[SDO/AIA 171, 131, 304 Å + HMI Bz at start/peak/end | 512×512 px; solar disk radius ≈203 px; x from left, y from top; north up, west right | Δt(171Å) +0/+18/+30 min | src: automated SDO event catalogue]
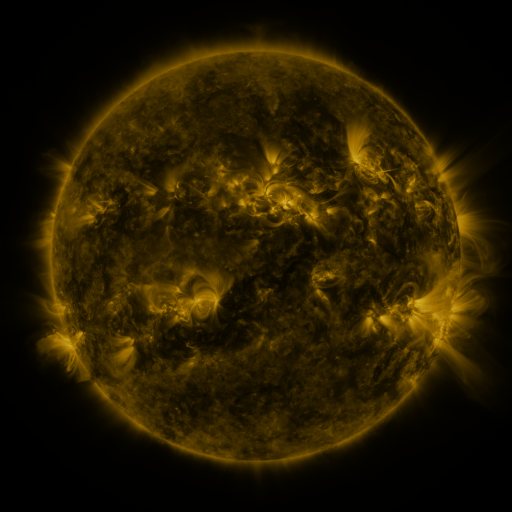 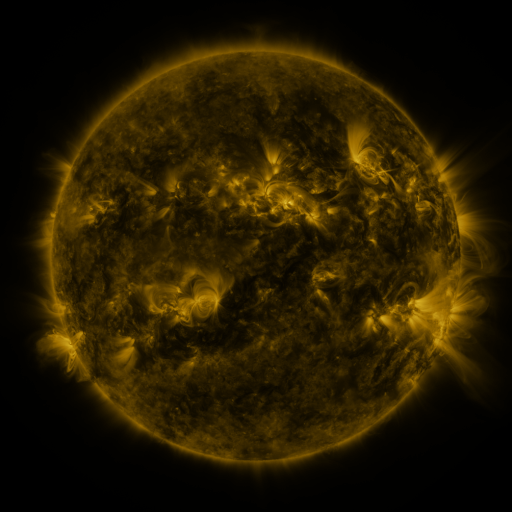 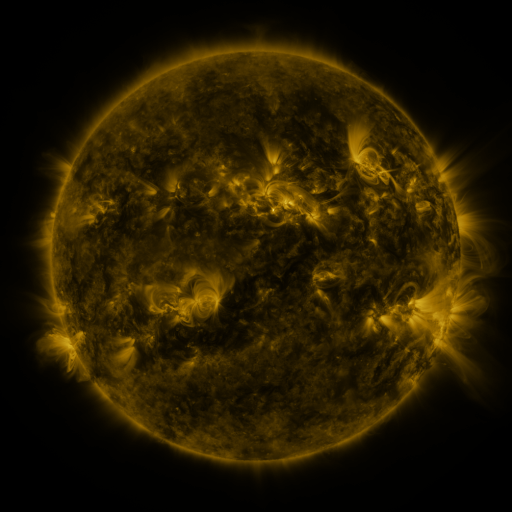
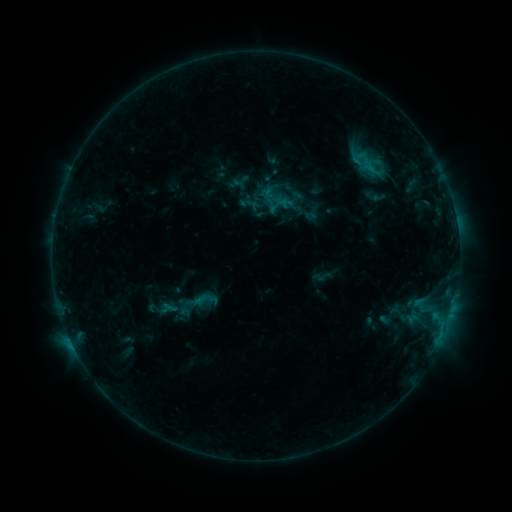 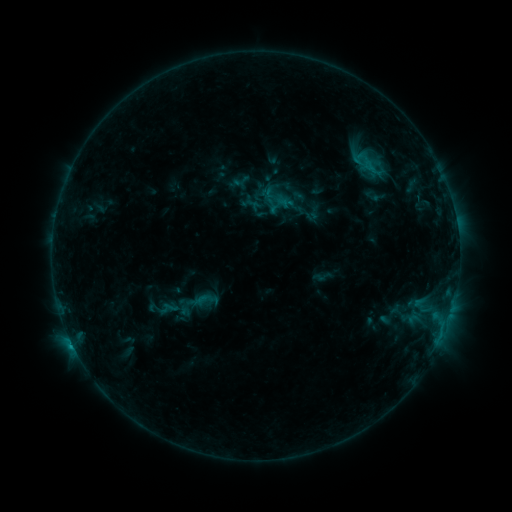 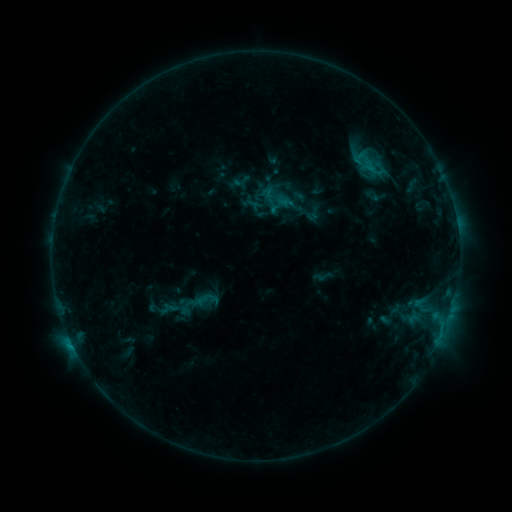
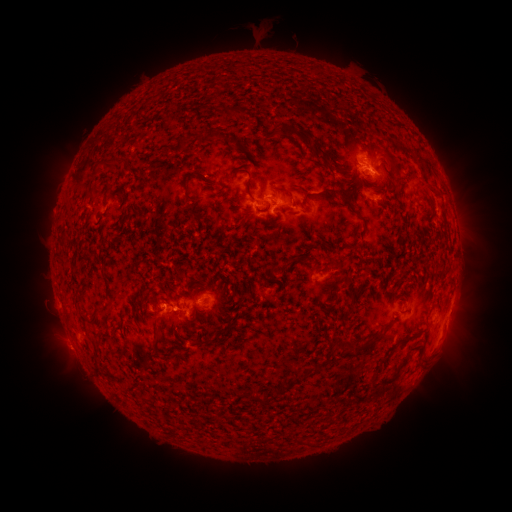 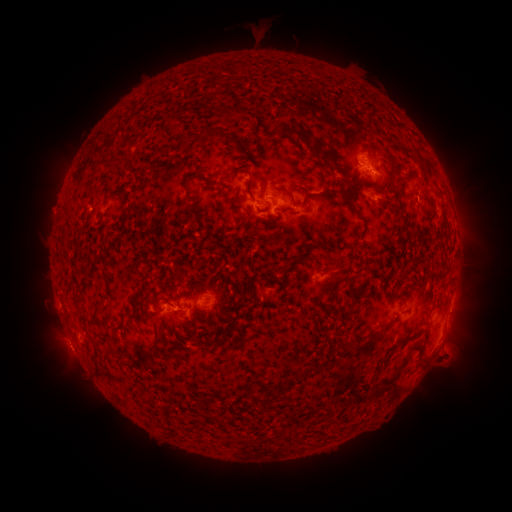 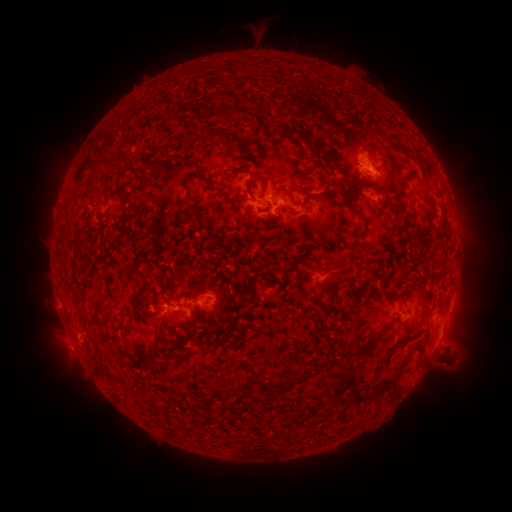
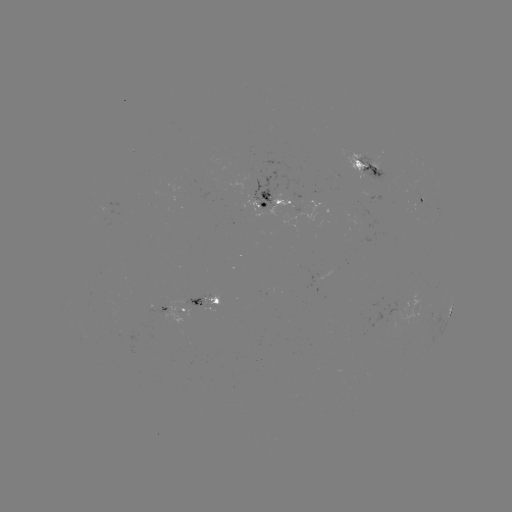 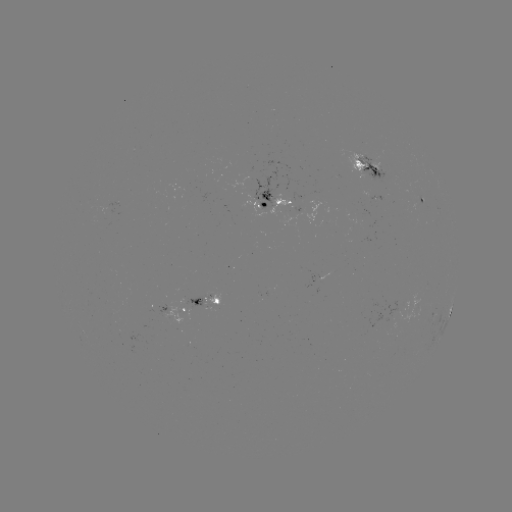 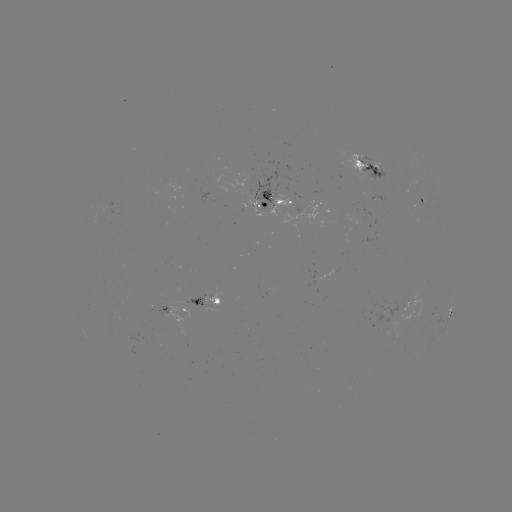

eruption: [425, 327, 482, 388]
